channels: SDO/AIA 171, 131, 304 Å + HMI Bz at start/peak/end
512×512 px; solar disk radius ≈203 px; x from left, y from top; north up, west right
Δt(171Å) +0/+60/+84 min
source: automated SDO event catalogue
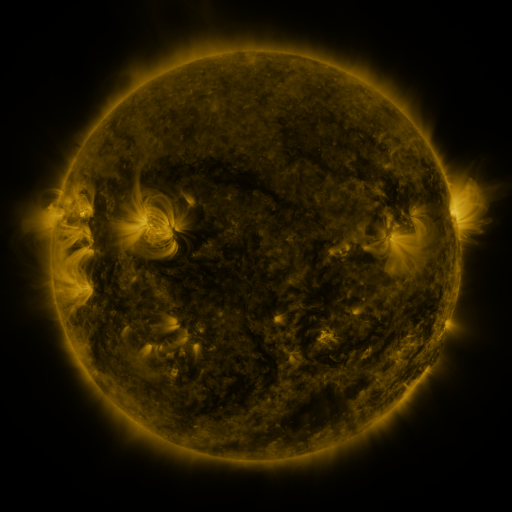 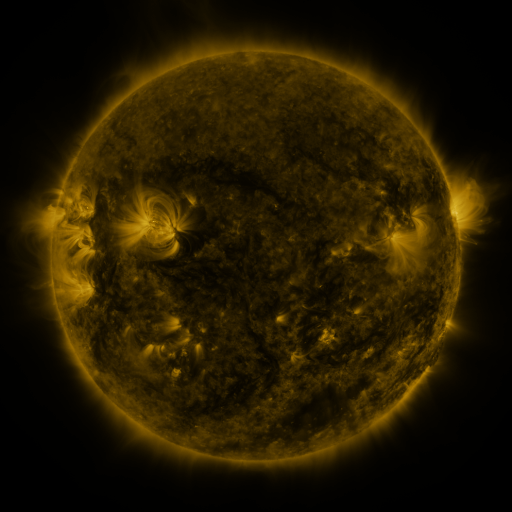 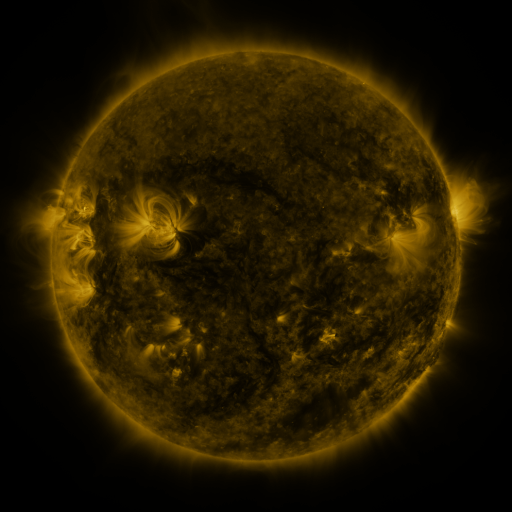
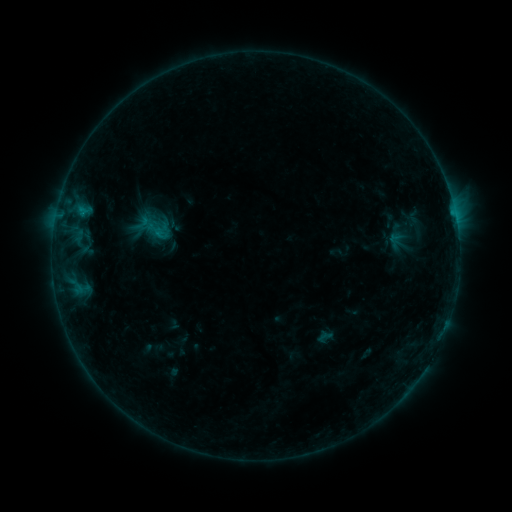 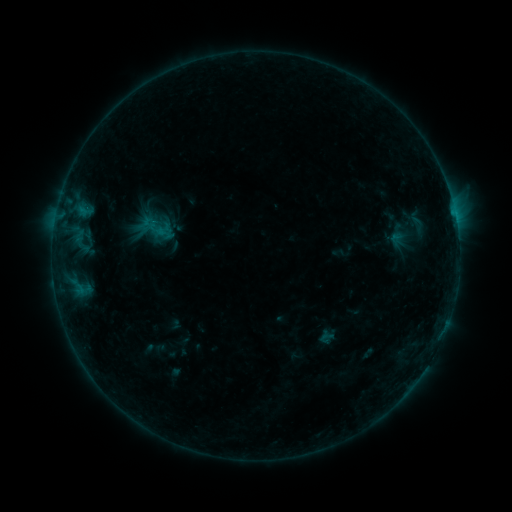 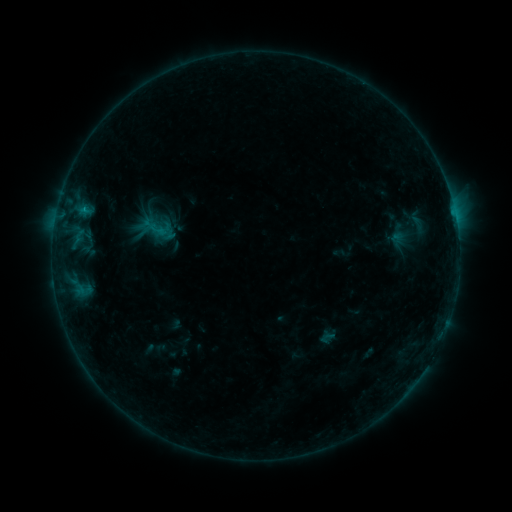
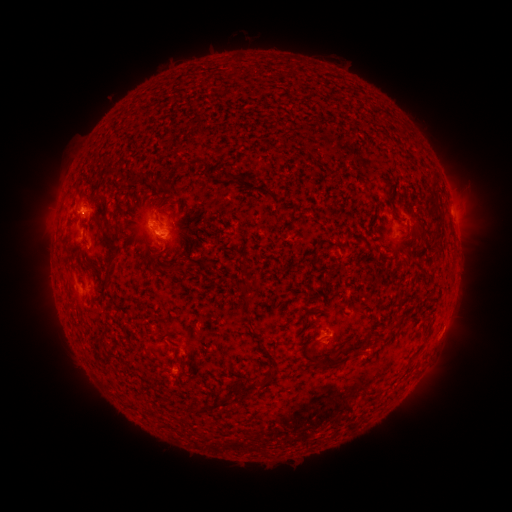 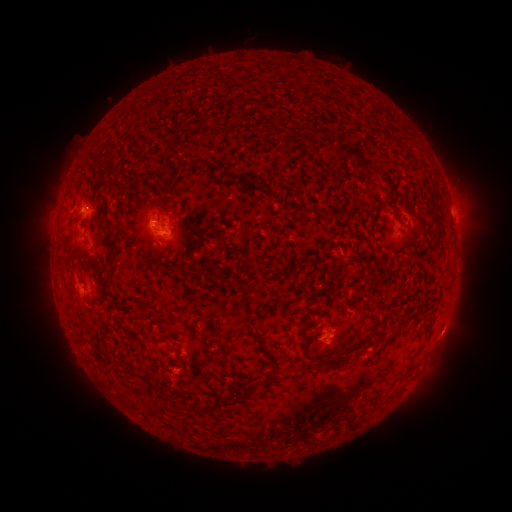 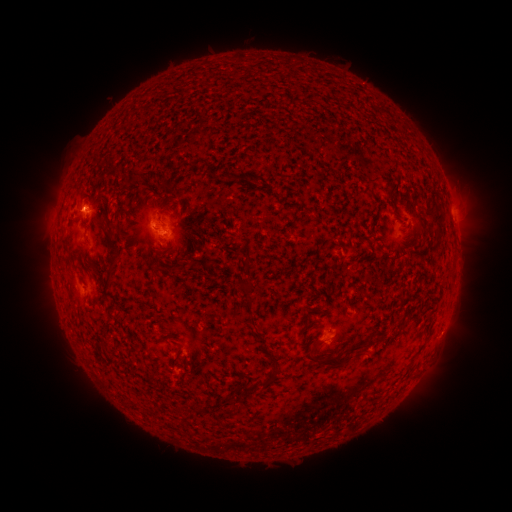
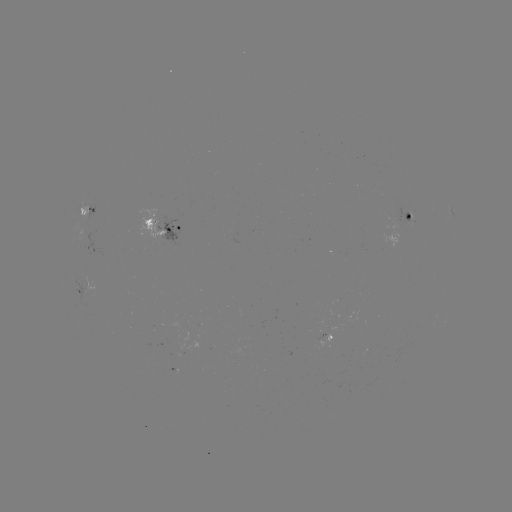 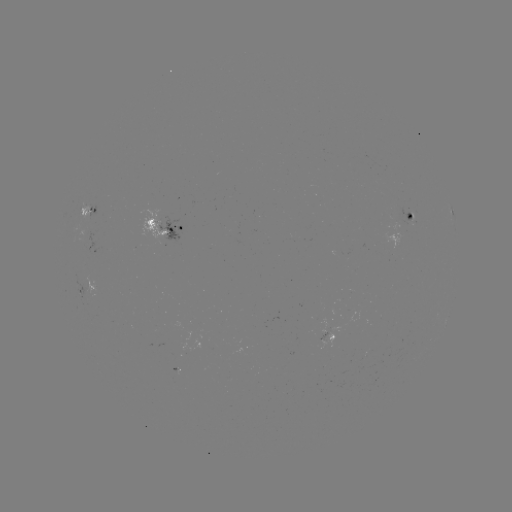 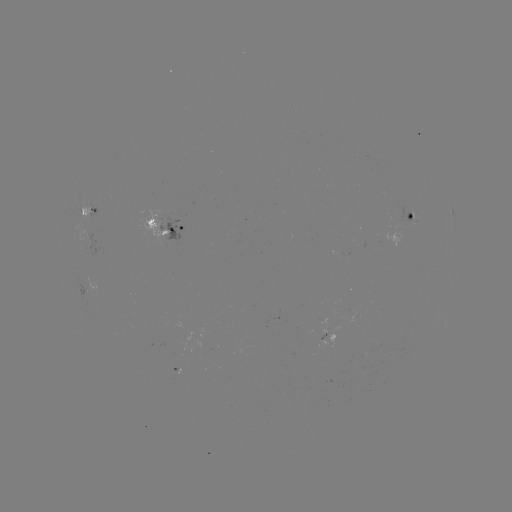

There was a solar emerging-flux region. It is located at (411, 215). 